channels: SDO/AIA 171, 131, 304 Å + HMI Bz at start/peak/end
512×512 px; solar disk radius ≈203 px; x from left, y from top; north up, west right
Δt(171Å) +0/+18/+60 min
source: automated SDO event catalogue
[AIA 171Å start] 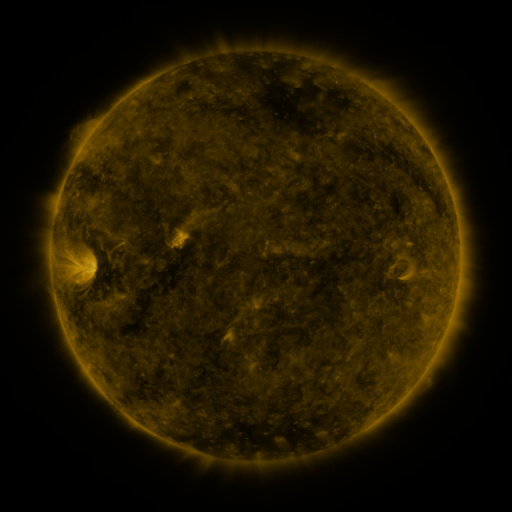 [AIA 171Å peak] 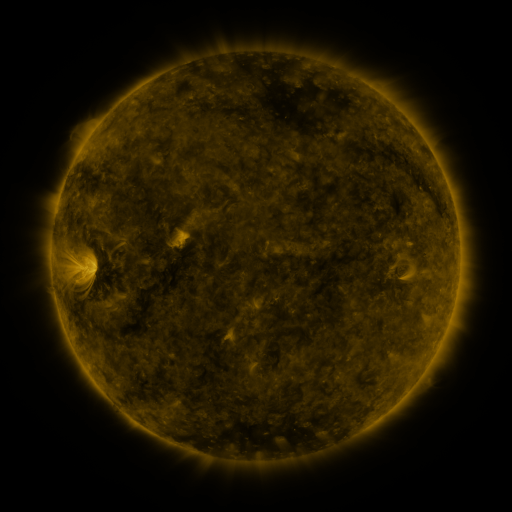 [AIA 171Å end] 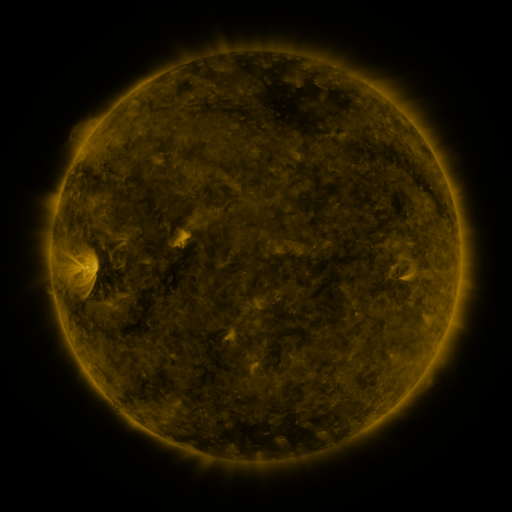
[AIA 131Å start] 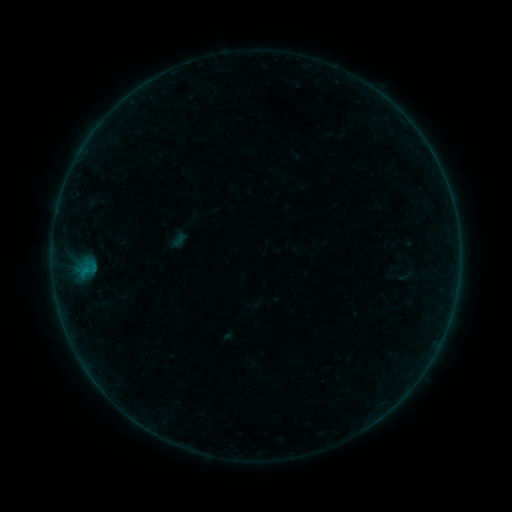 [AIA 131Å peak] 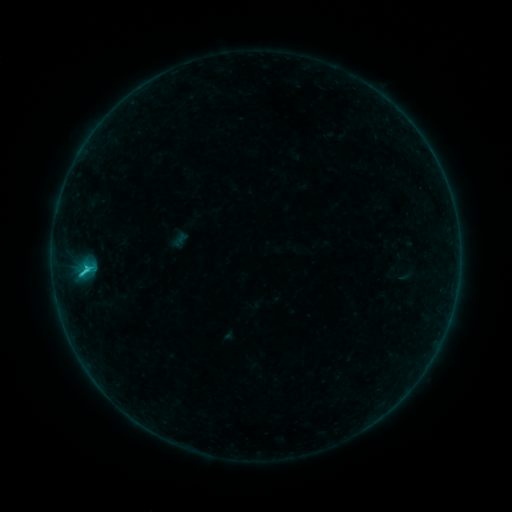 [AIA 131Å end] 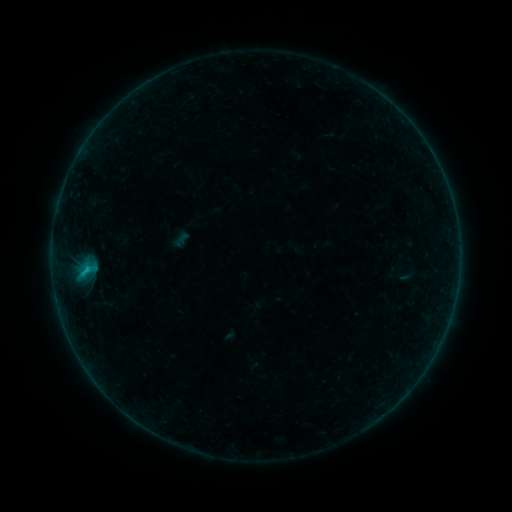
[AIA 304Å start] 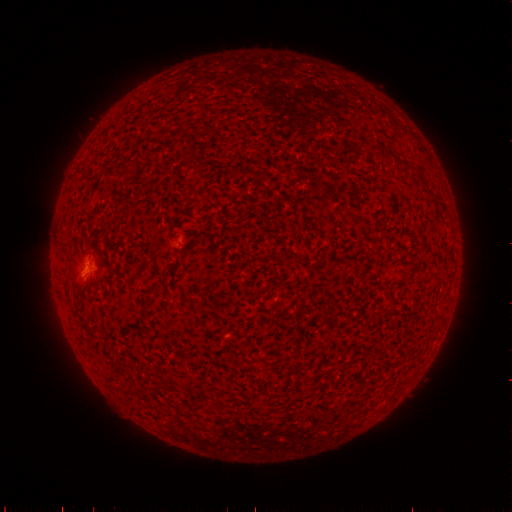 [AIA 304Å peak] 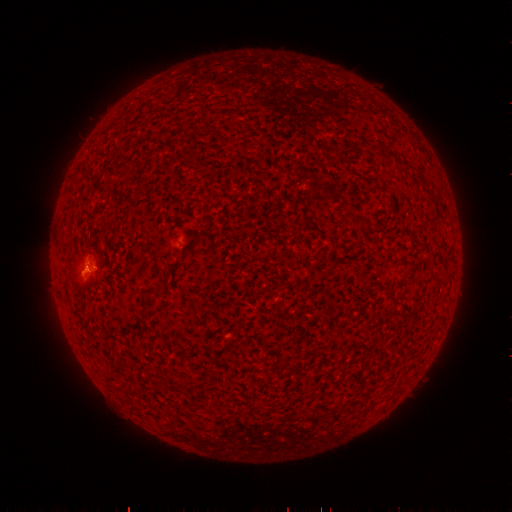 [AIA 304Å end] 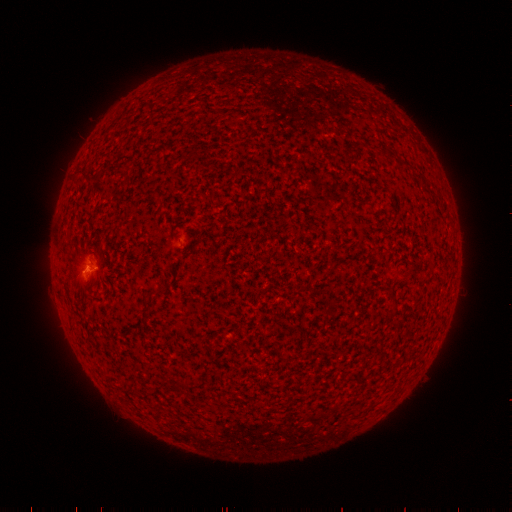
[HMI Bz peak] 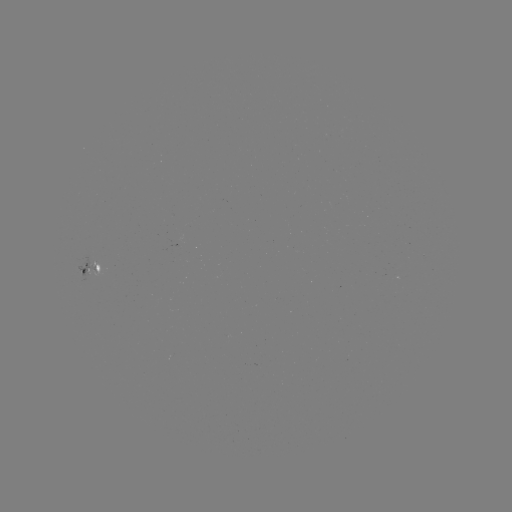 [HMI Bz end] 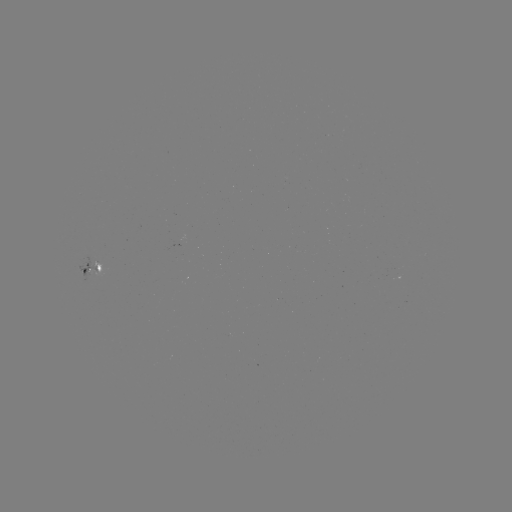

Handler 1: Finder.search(C1.0 flare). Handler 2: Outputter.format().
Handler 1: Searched C1.0 flare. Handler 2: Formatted [88, 268].